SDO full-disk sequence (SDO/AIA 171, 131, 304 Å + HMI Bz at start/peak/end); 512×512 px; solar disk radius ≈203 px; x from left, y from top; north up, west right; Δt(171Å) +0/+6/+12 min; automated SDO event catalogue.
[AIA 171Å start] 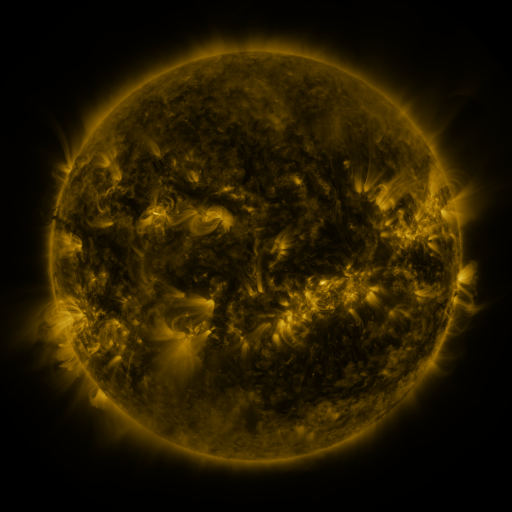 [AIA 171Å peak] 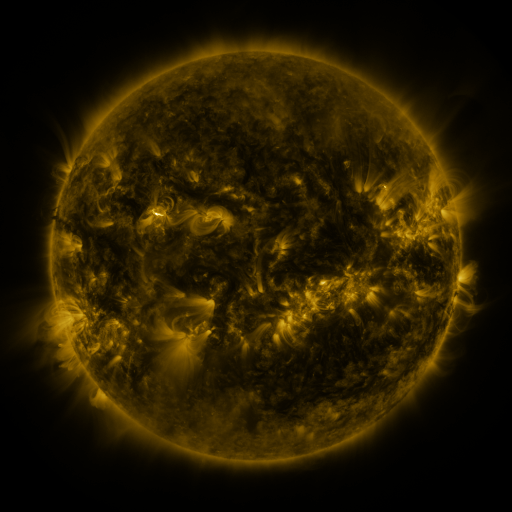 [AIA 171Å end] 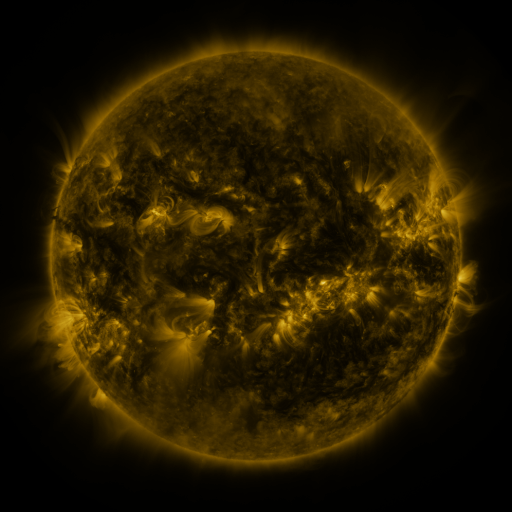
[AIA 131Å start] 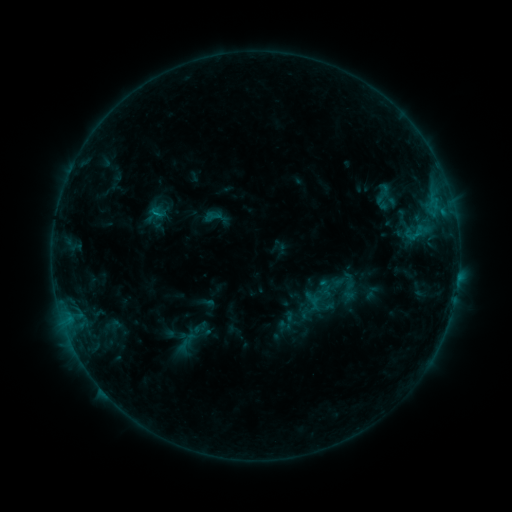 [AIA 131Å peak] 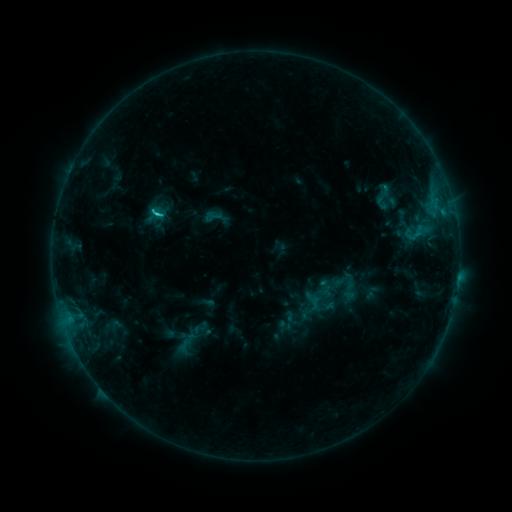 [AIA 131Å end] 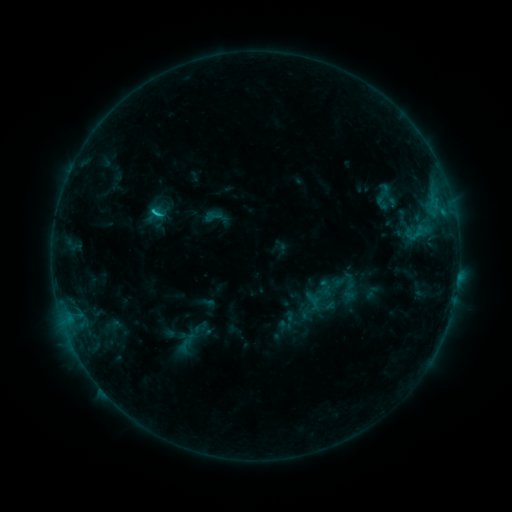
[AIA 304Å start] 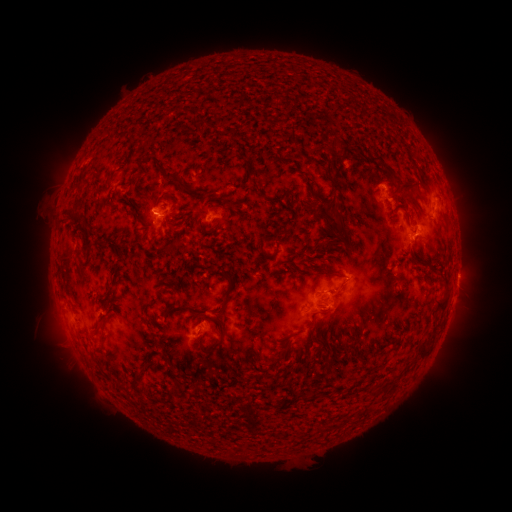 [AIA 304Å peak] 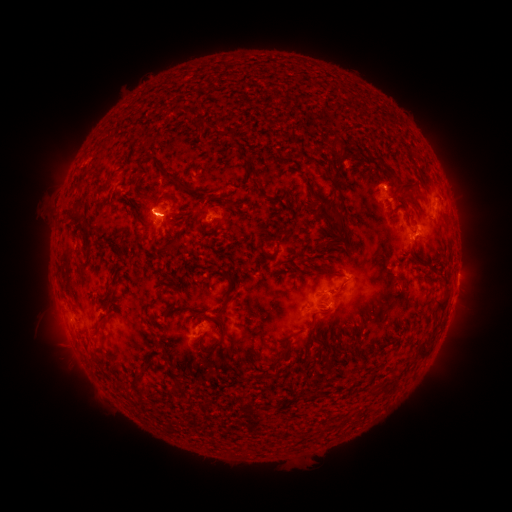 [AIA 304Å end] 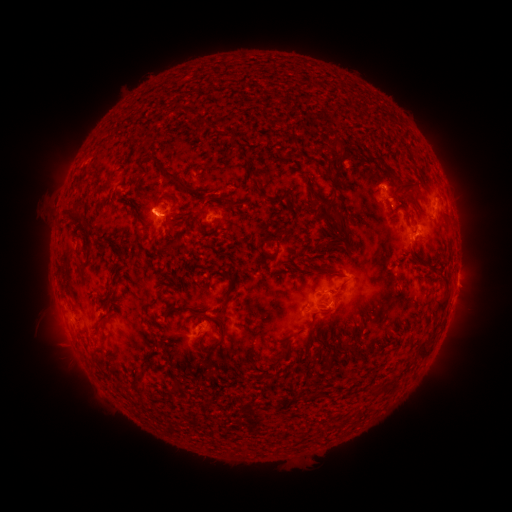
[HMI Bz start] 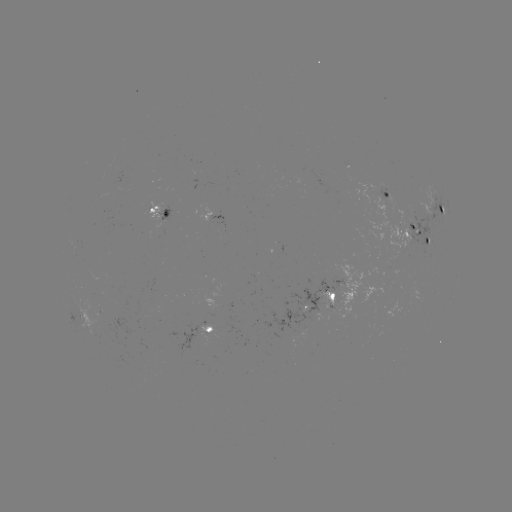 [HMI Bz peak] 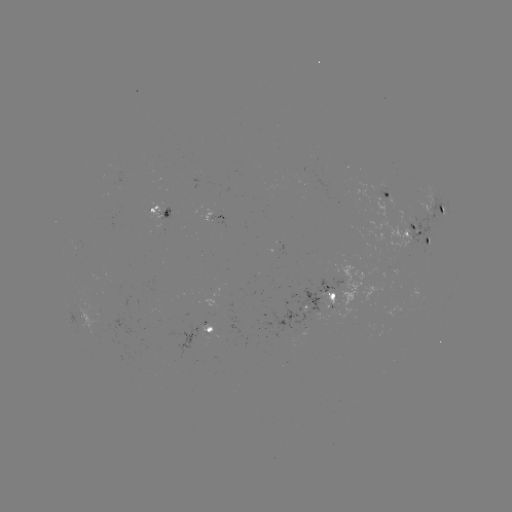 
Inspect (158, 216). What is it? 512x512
C1.3 flare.